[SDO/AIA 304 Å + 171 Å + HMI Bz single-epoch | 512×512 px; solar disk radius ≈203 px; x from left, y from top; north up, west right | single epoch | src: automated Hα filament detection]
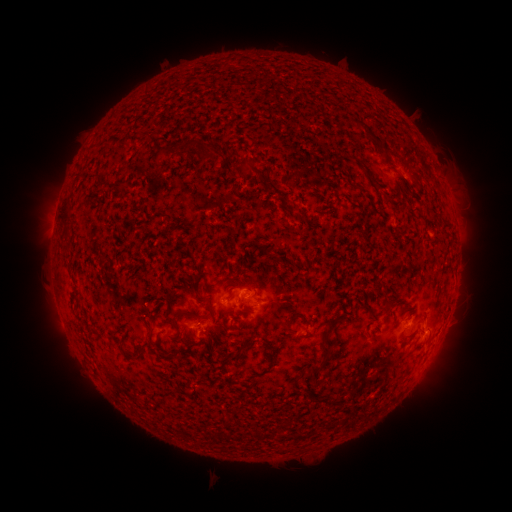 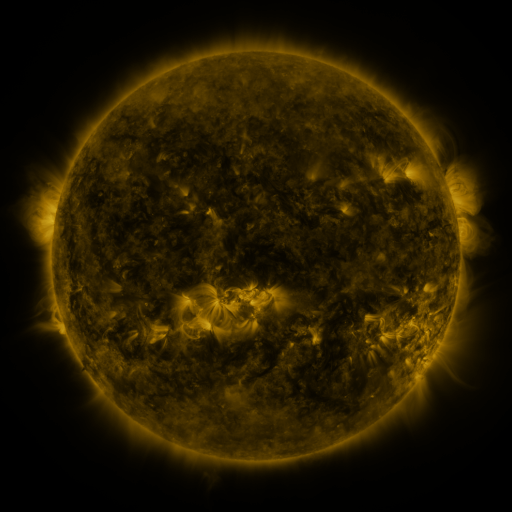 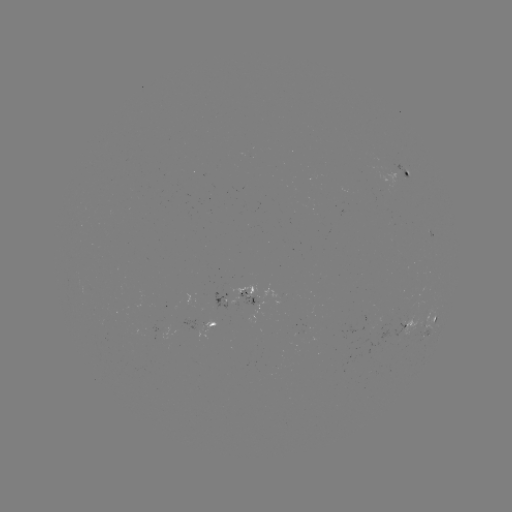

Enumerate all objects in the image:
filament: <bbox>354, 120, 387, 157</bbox>
filament: <bbox>199, 149, 218, 161</bbox>
filament: <bbox>243, 160, 259, 174</bbox>
filament: <bbox>61, 201, 72, 223</bbox>
filament: <bbox>428, 211, 438, 221</bbox>
filament: <bbox>441, 222, 452, 231</bbox>
filament: <bbox>204, 297, 215, 326</bbox>
filament: <bbox>381, 301, 391, 318</bbox>
filament: <bbox>171, 309, 191, 331</bbox>
filament: <bbox>283, 319, 292, 334</bbox>
filament: <bbox>363, 327, 369, 337</bbox>
filament: <bbox>124, 350, 143, 360</bbox>
filament: <bbox>307, 362, 319, 375</bbox>
filament: <bbox>318, 397, 337, 406</bbox>
